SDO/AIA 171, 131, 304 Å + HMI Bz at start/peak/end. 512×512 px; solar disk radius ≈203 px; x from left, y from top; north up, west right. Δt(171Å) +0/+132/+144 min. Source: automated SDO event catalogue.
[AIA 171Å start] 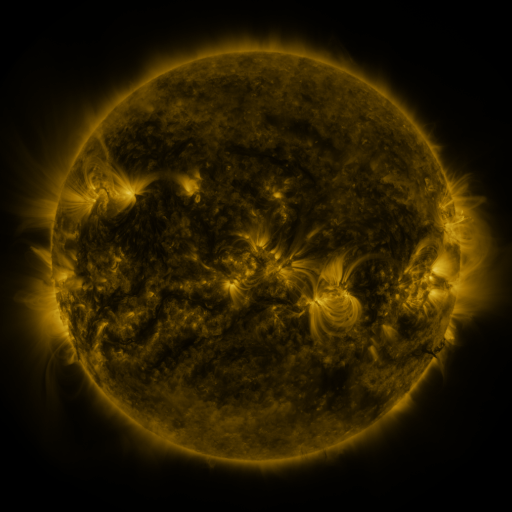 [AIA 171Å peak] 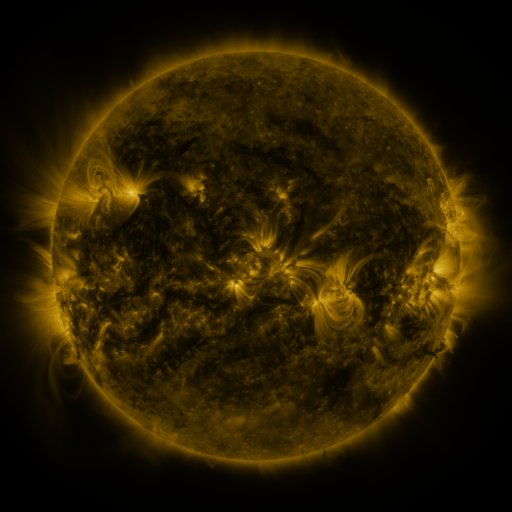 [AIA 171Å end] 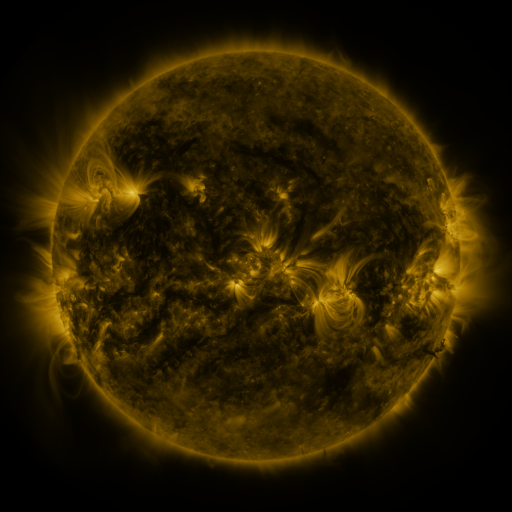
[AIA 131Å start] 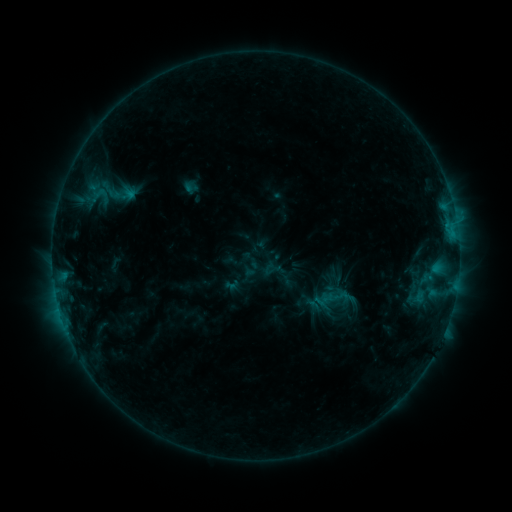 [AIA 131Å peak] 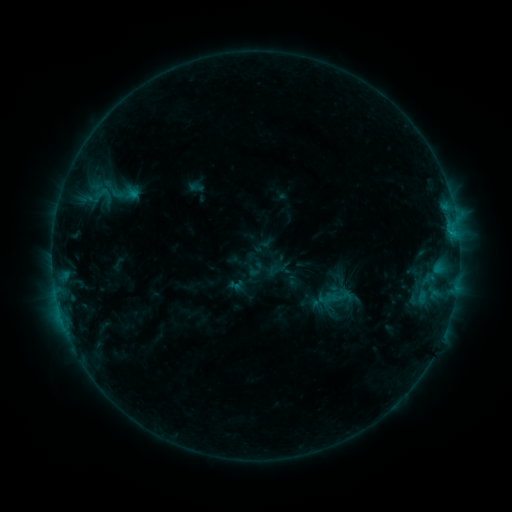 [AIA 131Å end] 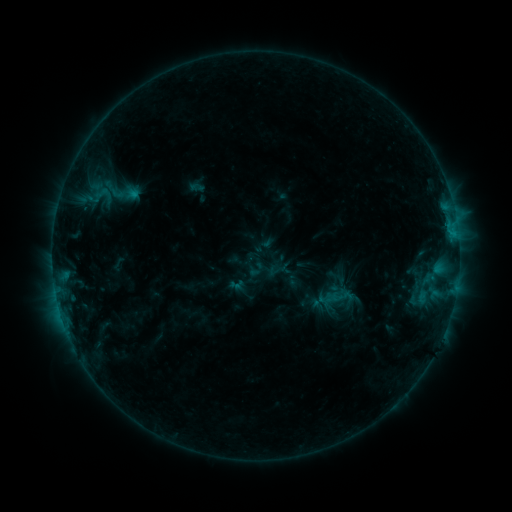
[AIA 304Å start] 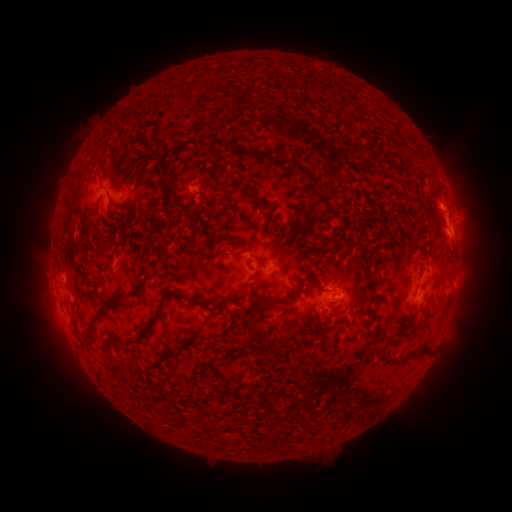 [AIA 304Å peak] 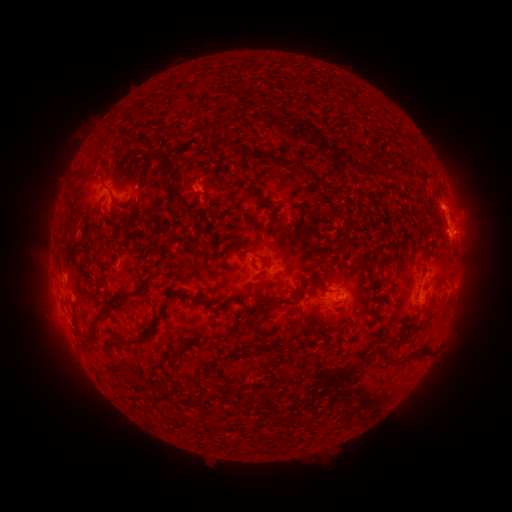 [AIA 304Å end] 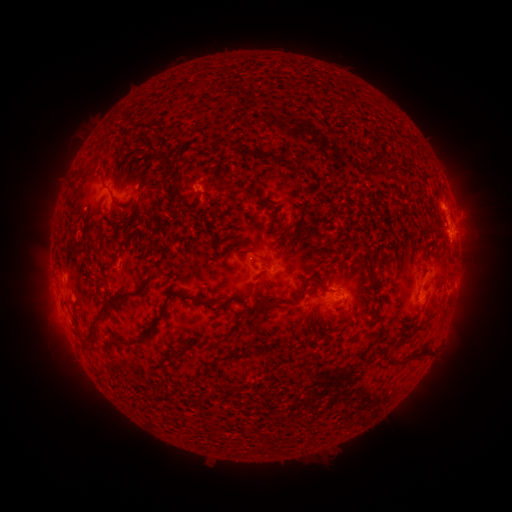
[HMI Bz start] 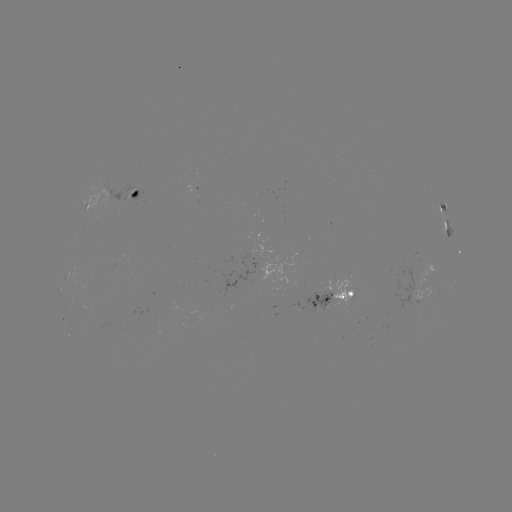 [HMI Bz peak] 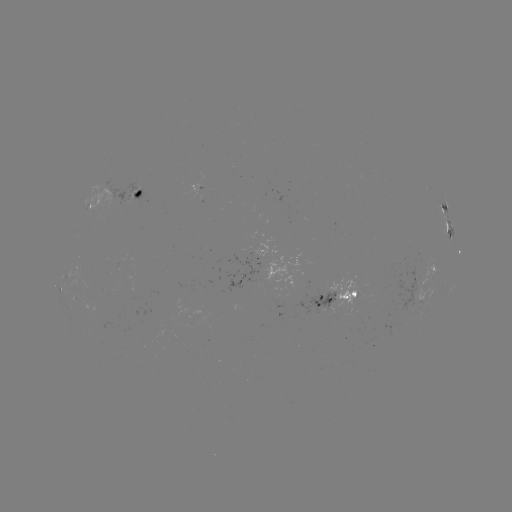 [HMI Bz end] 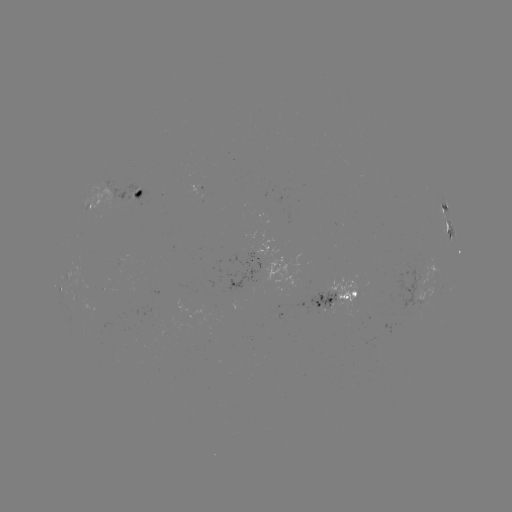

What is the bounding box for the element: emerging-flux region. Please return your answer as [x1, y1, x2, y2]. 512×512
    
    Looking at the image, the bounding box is [289, 290, 337, 317].